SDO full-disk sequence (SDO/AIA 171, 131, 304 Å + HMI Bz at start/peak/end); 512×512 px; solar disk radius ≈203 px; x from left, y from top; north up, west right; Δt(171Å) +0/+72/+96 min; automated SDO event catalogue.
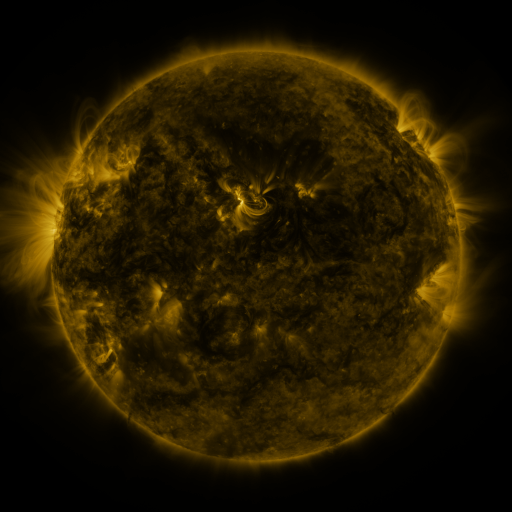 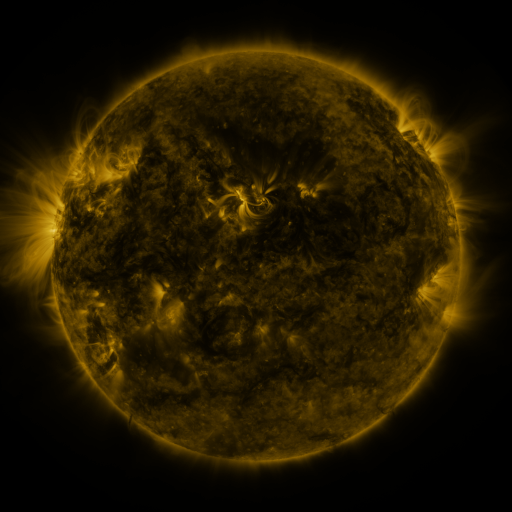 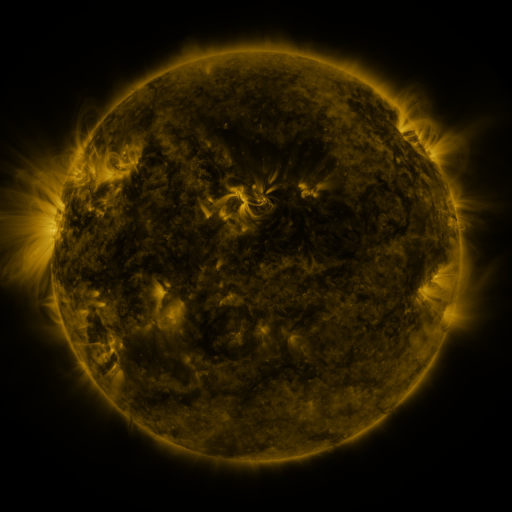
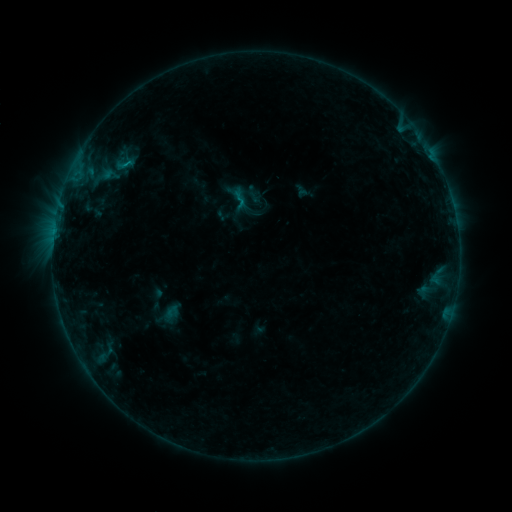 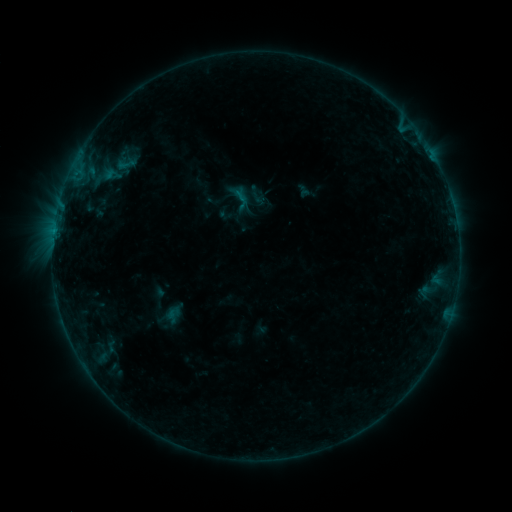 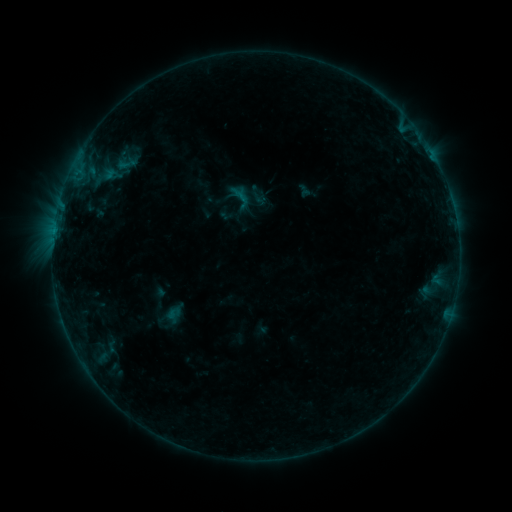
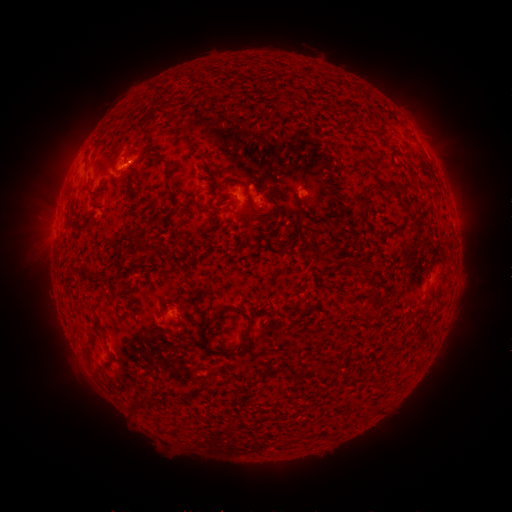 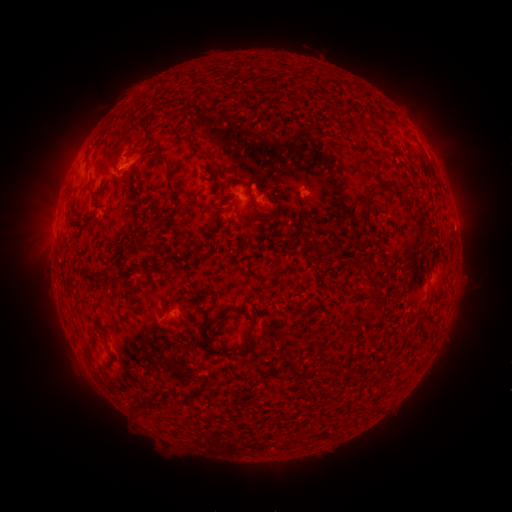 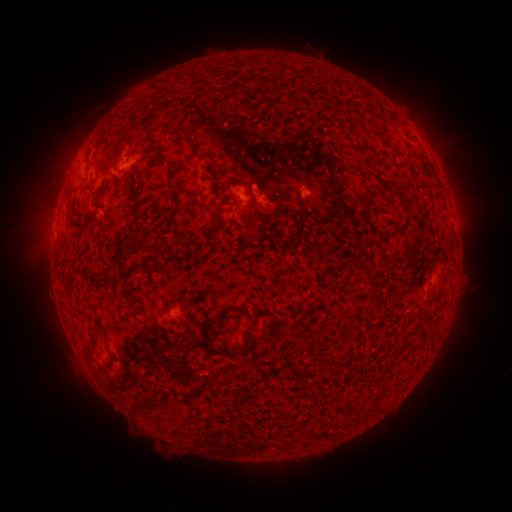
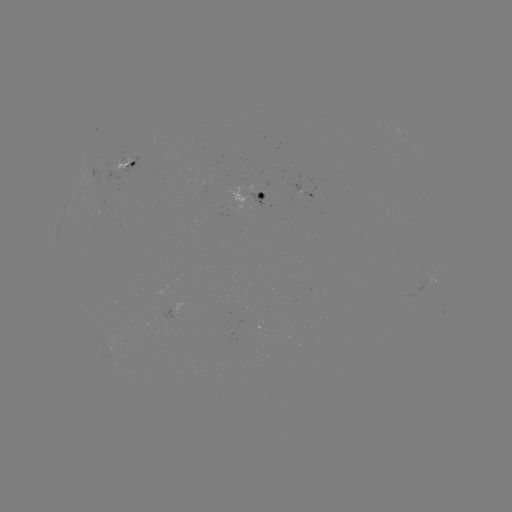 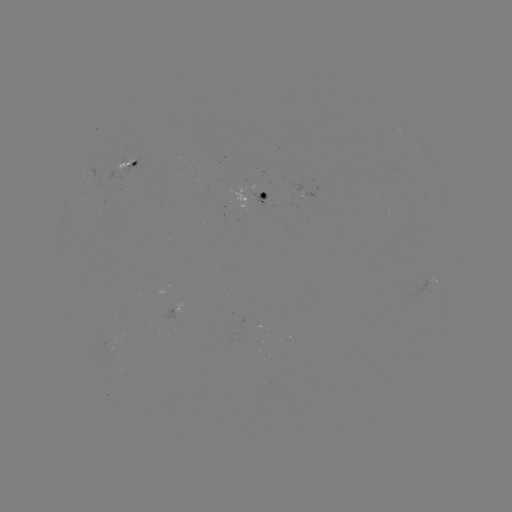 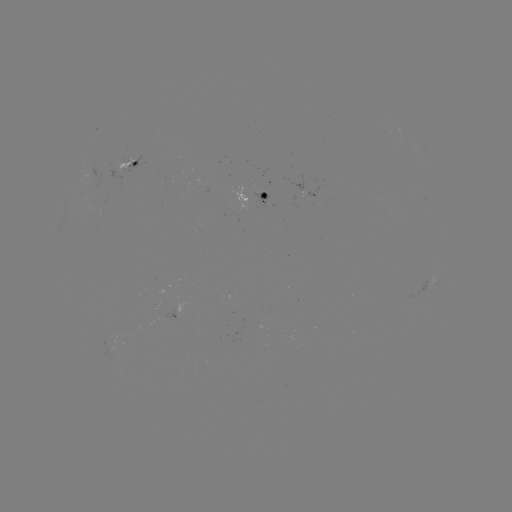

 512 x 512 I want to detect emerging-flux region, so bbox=[99, 340, 110, 346].